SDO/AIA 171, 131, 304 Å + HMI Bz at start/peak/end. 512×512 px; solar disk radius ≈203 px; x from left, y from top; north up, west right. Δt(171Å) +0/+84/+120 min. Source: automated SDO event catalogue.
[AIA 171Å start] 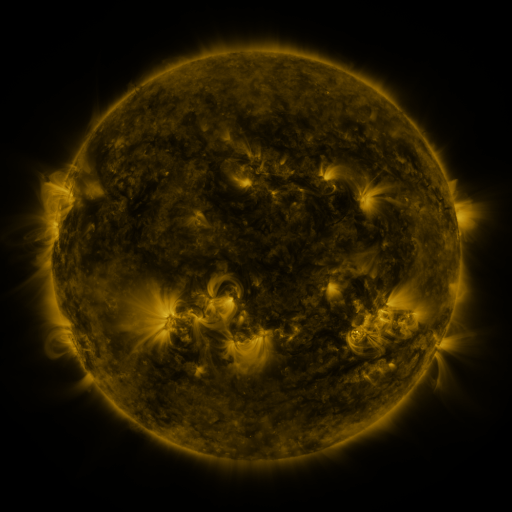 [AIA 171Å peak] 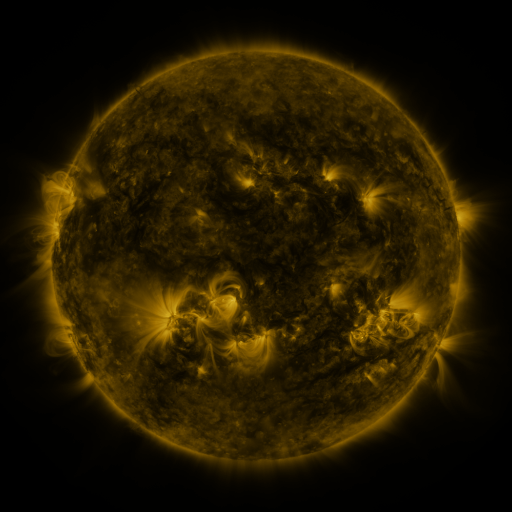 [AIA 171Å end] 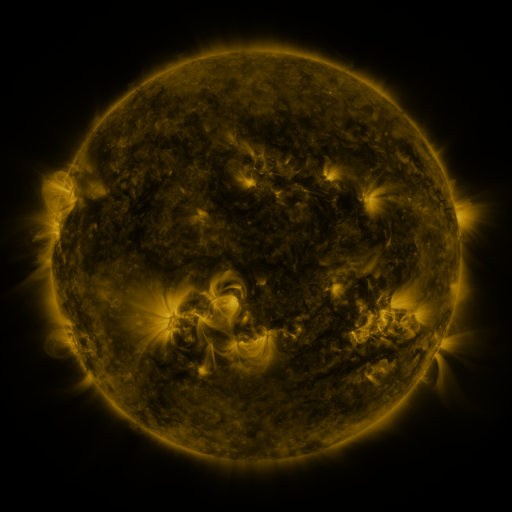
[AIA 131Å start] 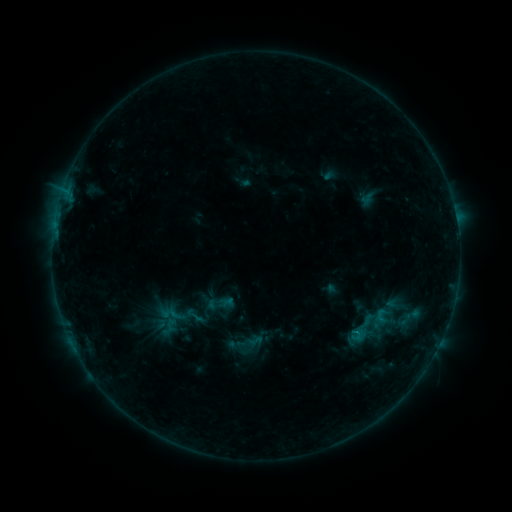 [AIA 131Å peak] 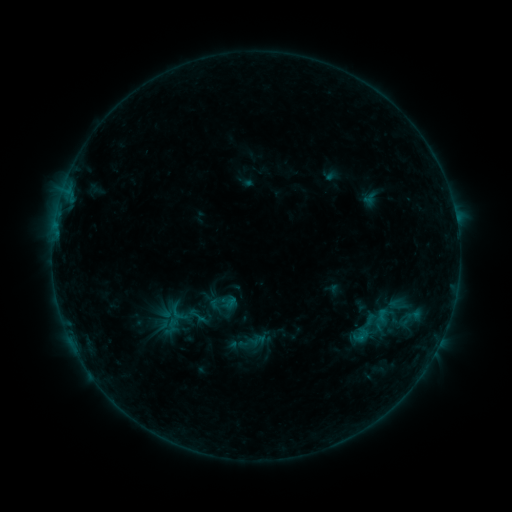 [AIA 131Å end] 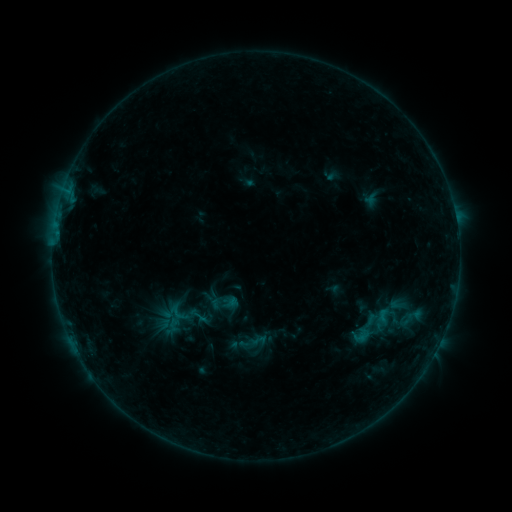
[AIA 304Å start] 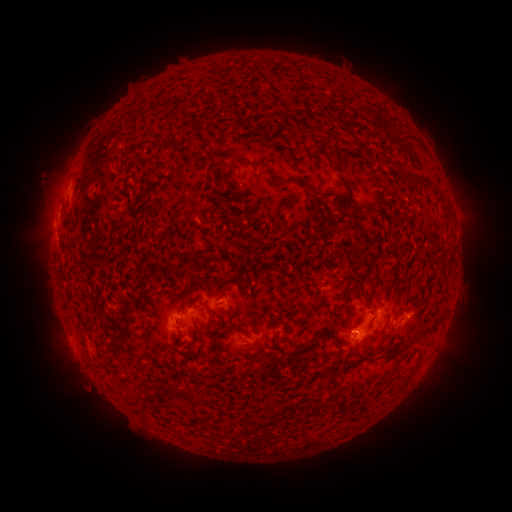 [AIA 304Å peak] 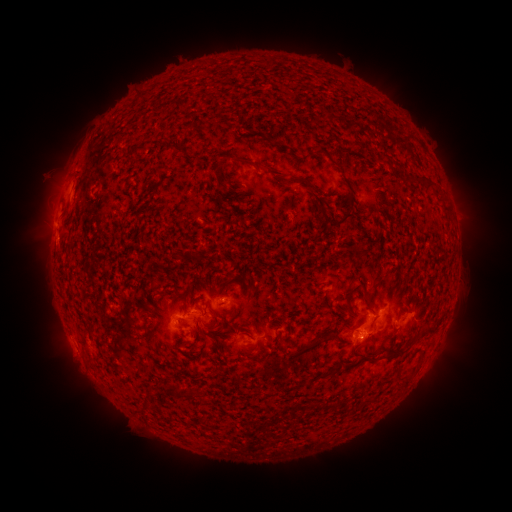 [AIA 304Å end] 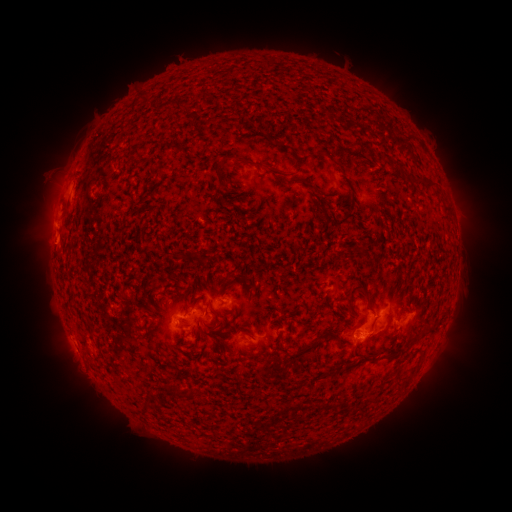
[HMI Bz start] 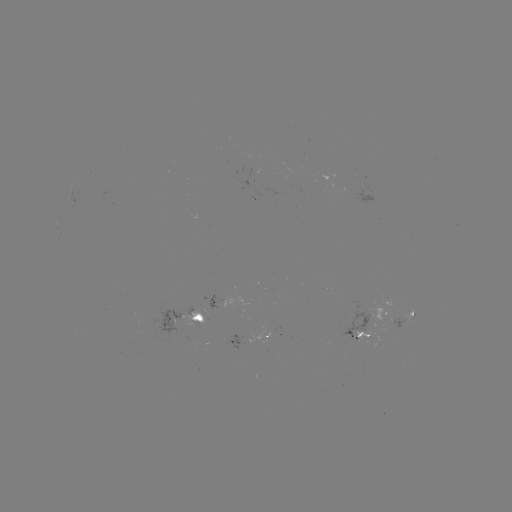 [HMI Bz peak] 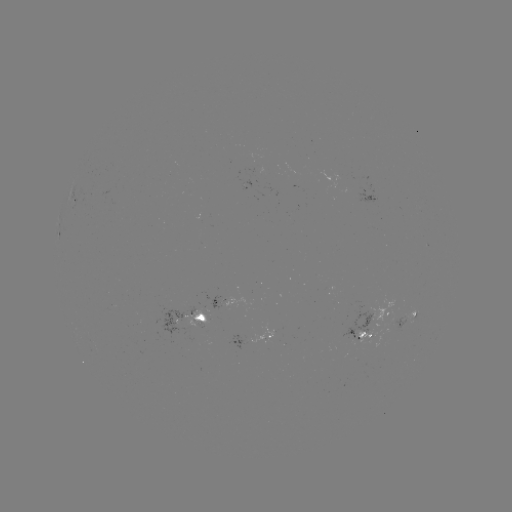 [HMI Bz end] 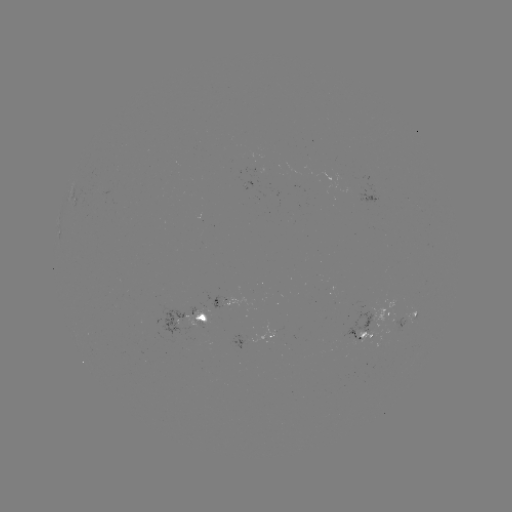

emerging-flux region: [201, 291, 223, 310]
